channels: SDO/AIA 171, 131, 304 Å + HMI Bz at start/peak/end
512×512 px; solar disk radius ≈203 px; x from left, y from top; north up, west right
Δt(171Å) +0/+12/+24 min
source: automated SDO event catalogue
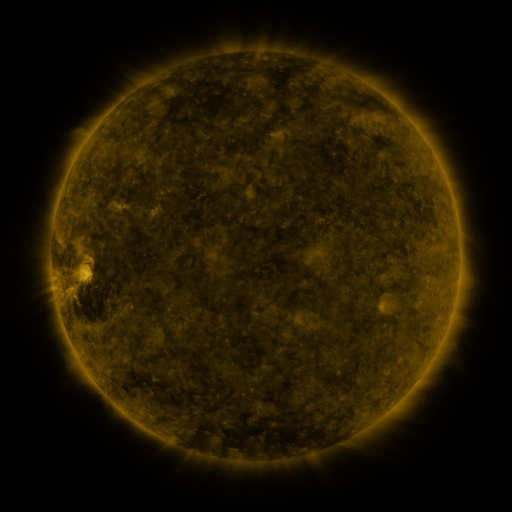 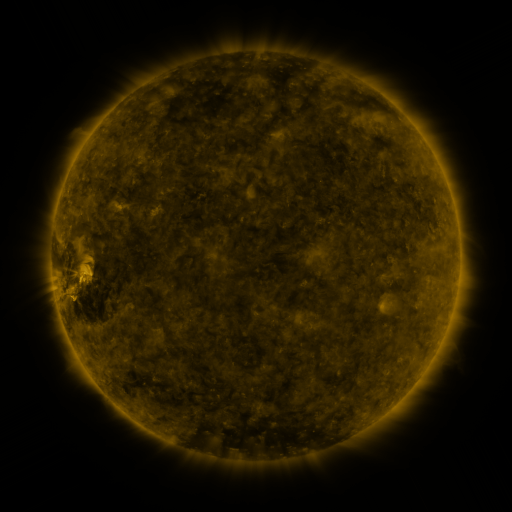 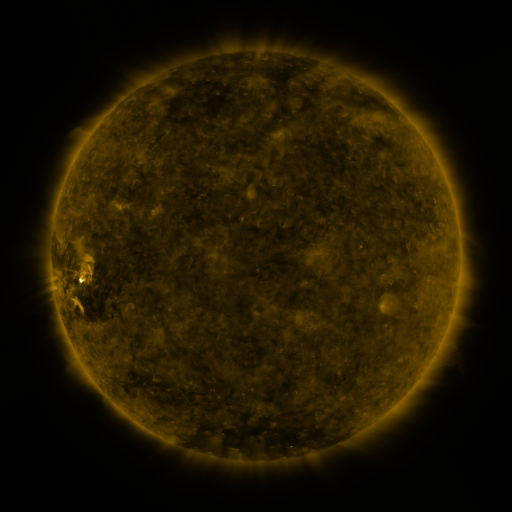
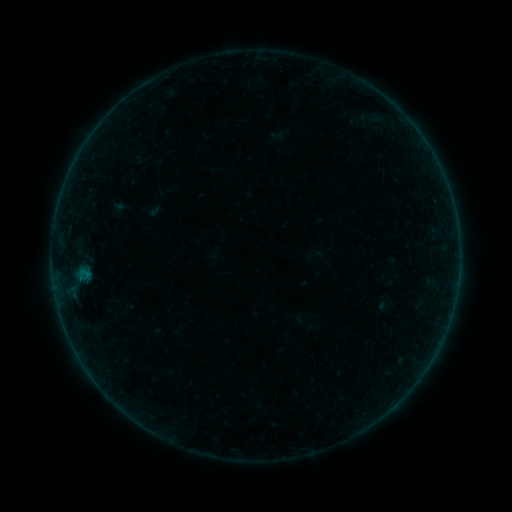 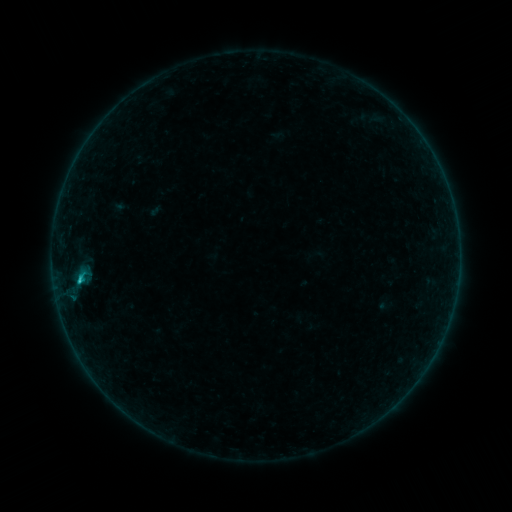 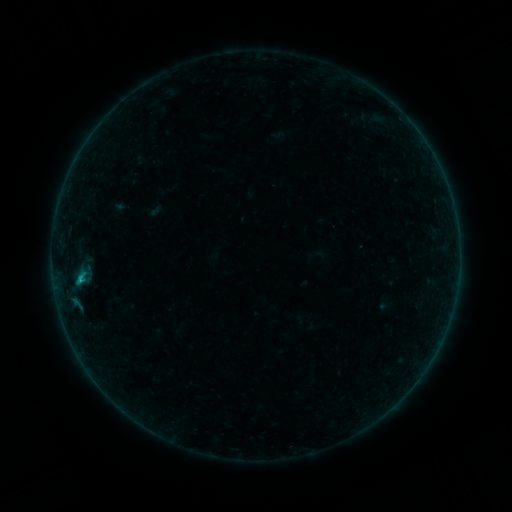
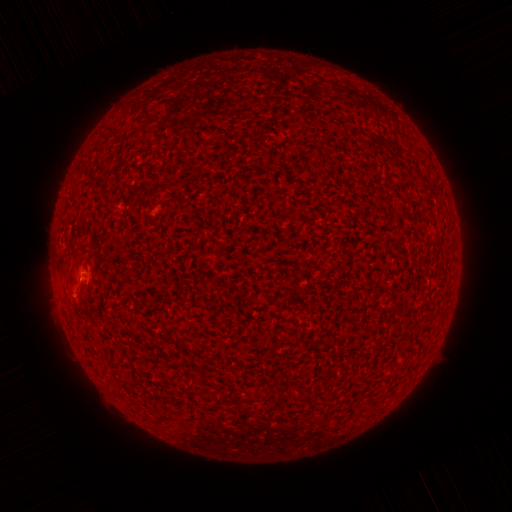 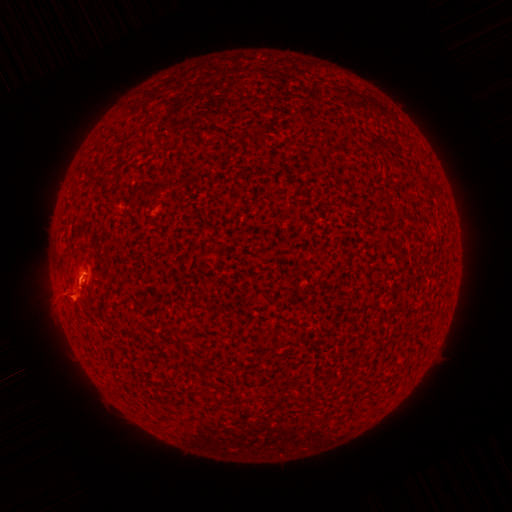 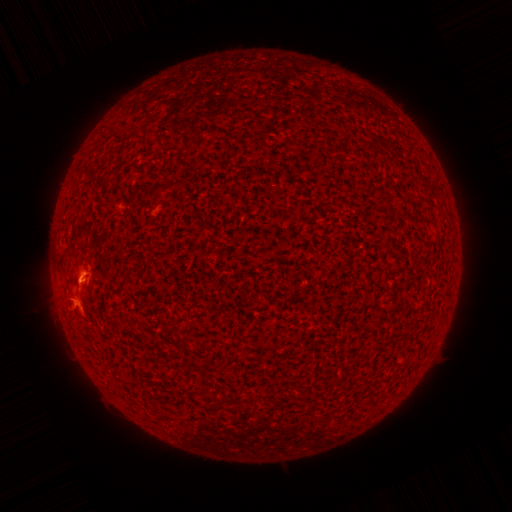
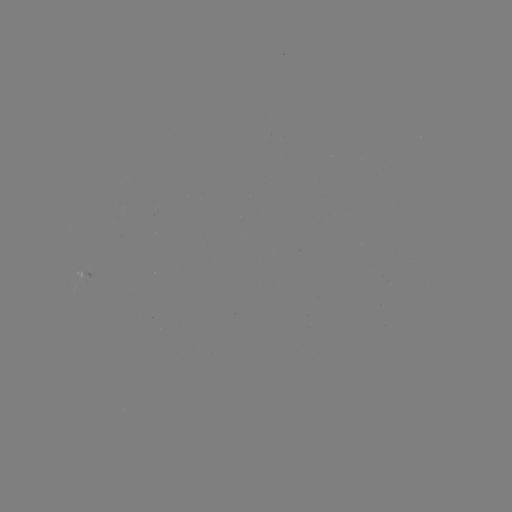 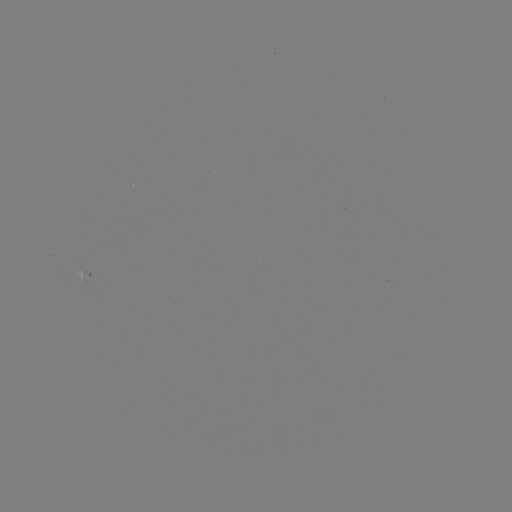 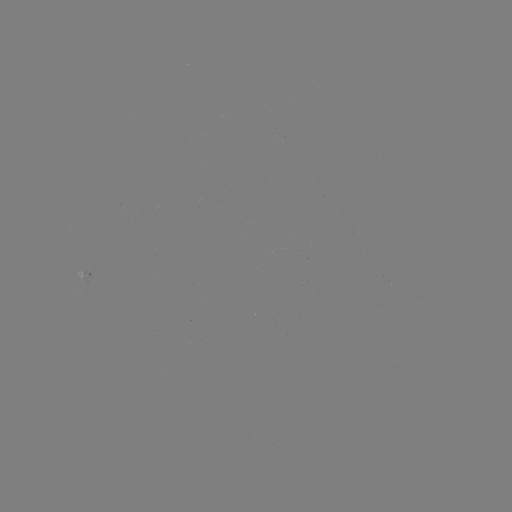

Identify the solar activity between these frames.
eruption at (72, 301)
